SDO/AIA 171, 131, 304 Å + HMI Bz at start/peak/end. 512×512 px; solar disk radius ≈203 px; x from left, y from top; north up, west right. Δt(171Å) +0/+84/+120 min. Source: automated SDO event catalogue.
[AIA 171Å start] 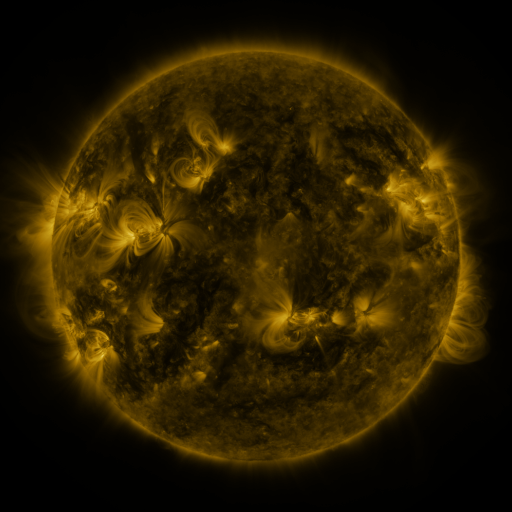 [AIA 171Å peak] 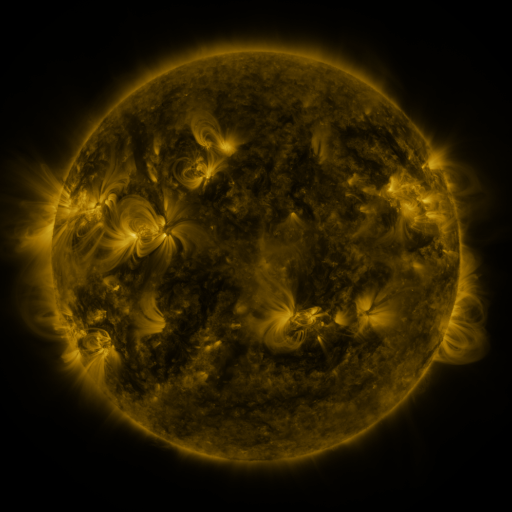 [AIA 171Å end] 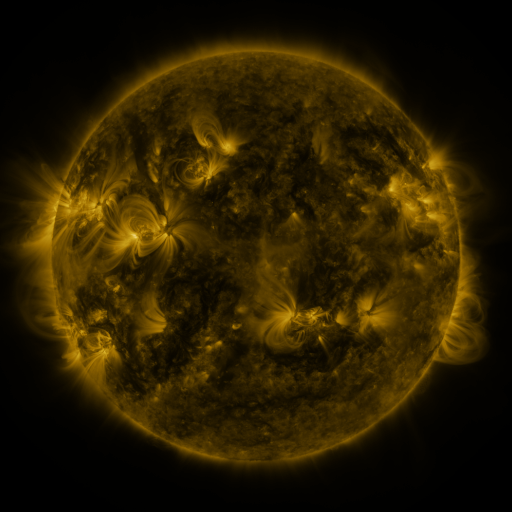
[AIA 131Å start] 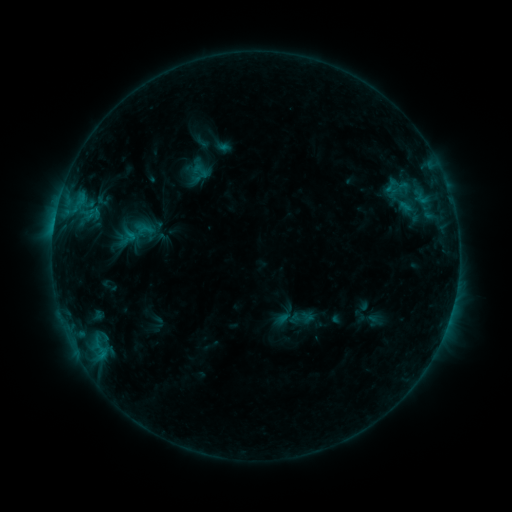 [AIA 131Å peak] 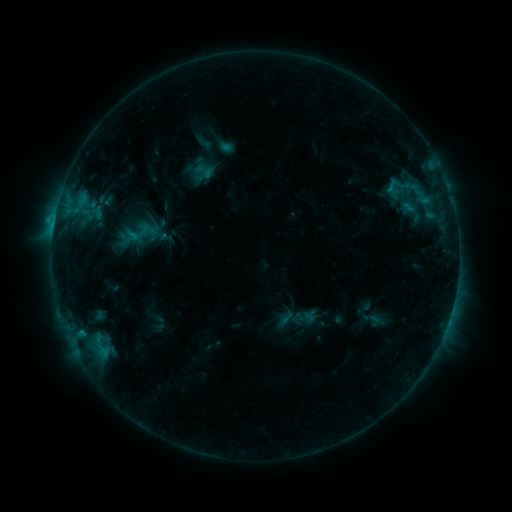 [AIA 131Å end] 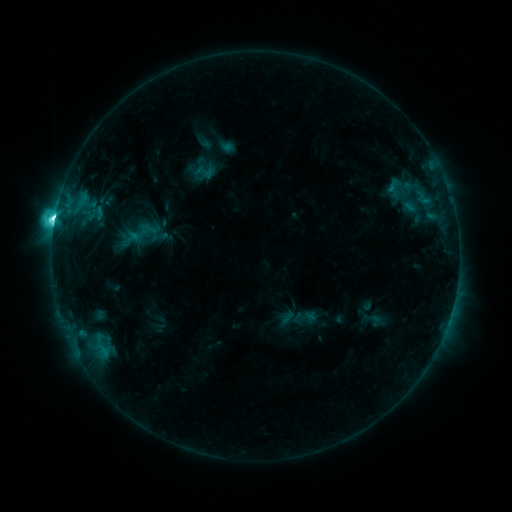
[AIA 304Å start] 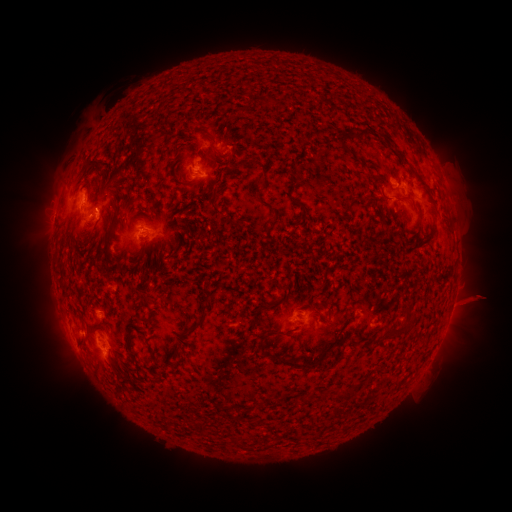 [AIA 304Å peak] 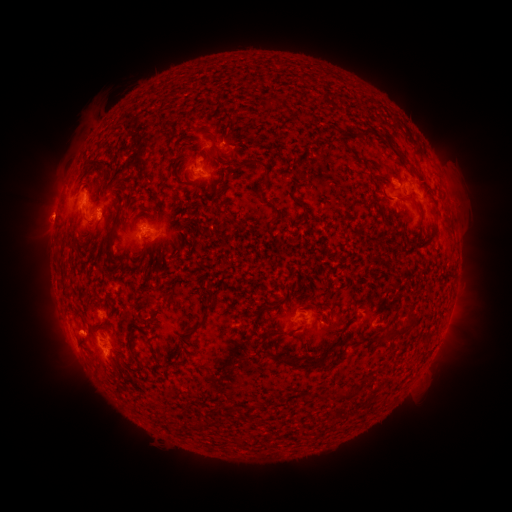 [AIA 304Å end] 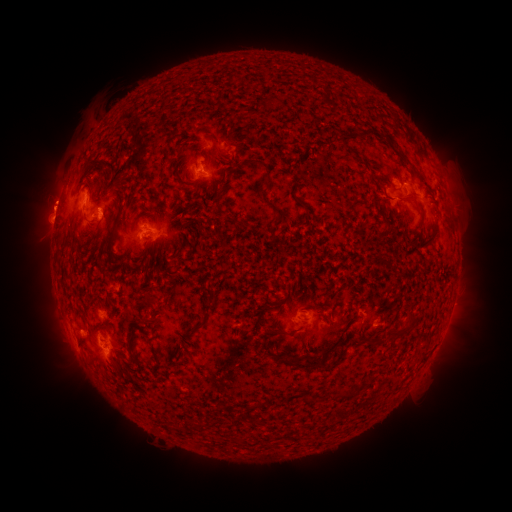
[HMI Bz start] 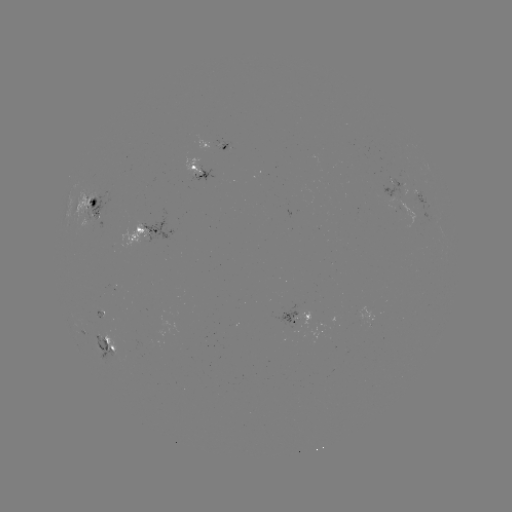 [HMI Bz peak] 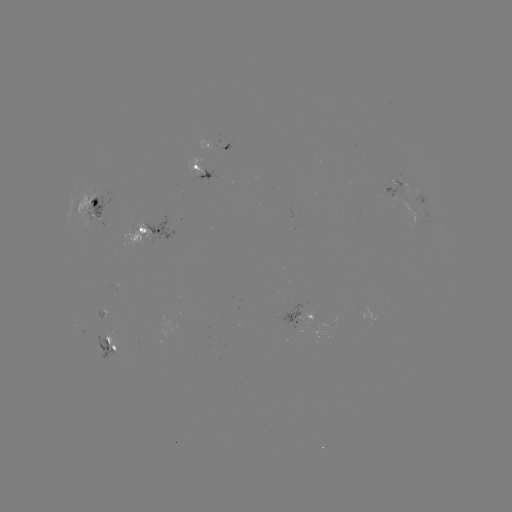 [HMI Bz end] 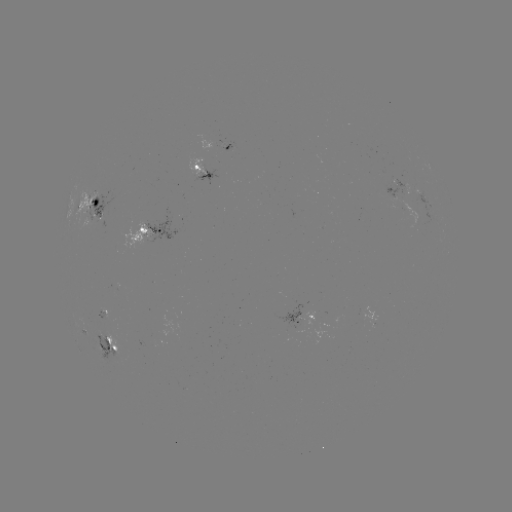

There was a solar emerging-flux region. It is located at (98, 211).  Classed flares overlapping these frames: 1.